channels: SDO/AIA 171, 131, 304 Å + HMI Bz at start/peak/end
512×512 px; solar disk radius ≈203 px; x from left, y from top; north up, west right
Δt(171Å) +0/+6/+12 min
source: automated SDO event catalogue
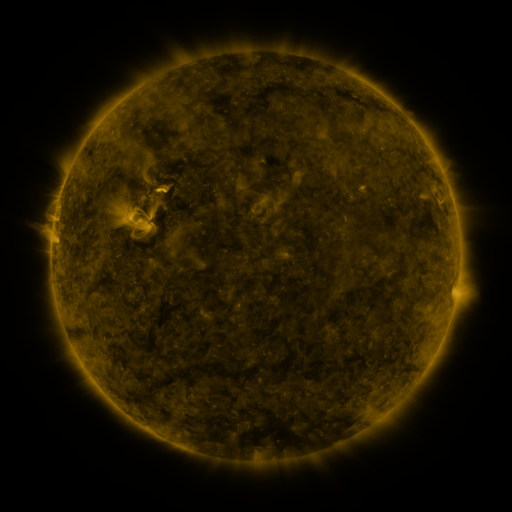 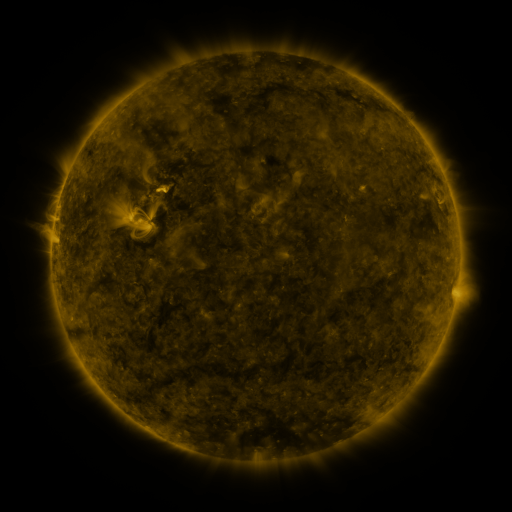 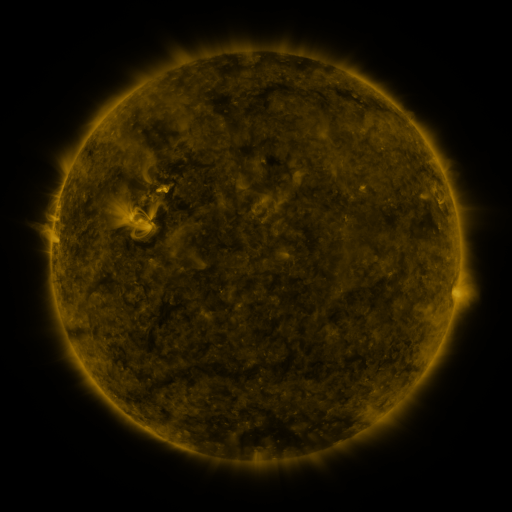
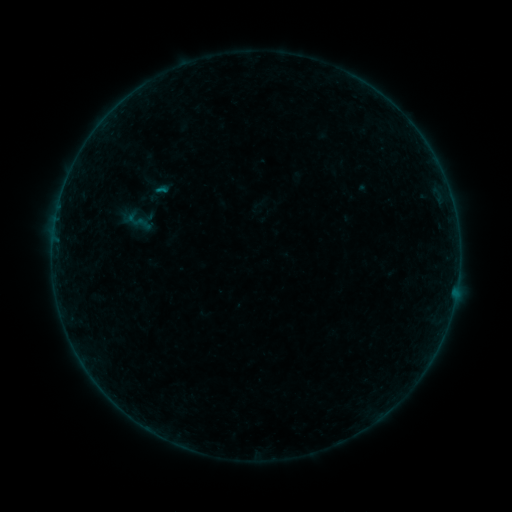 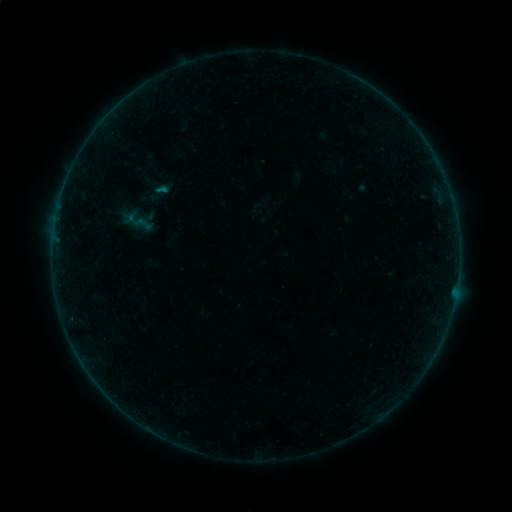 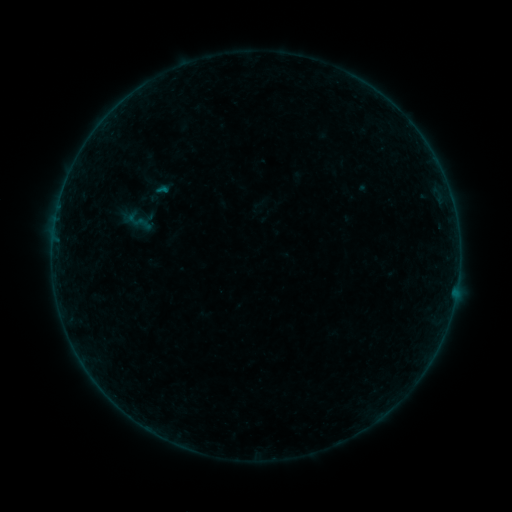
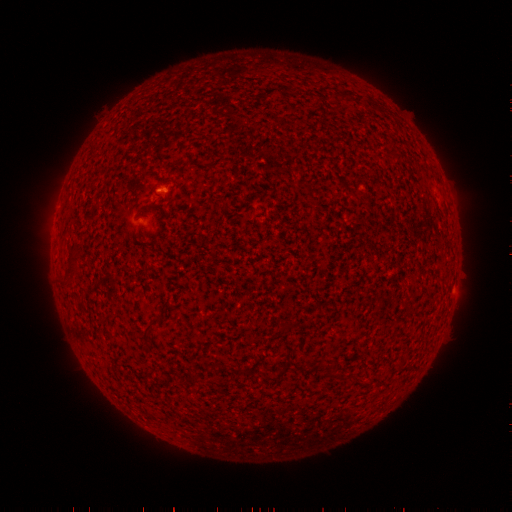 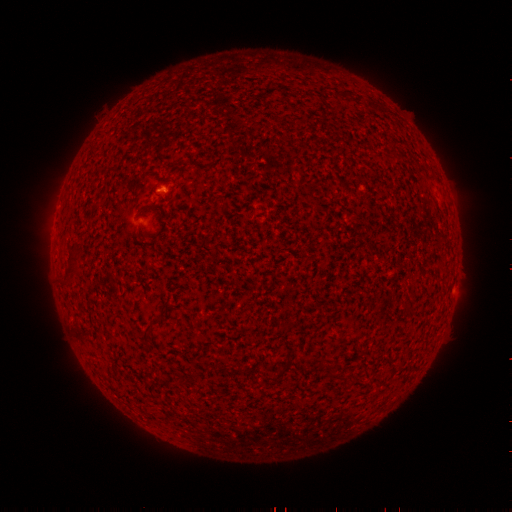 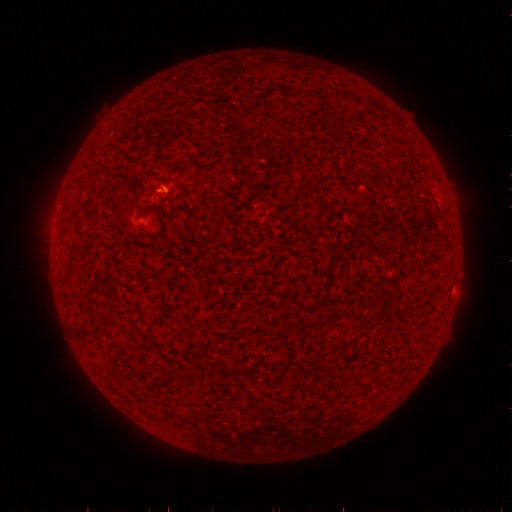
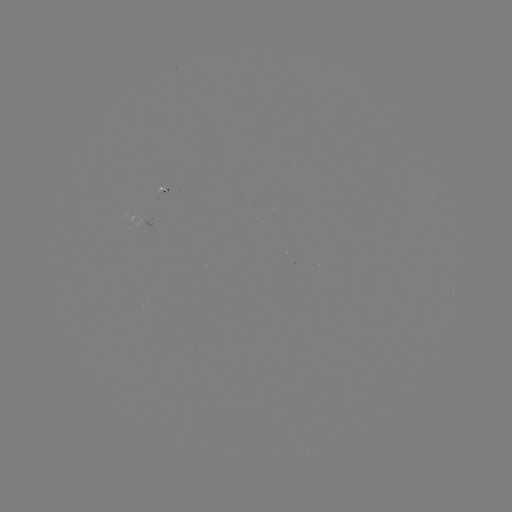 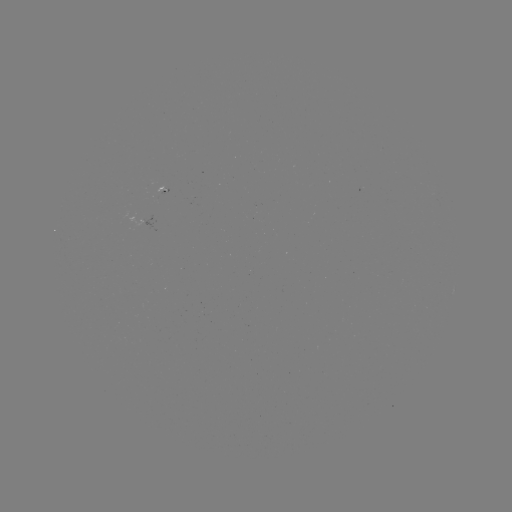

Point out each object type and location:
B1.1 flare: (165, 190)
